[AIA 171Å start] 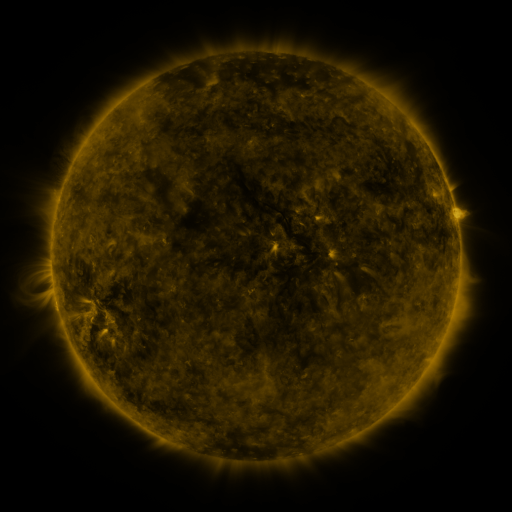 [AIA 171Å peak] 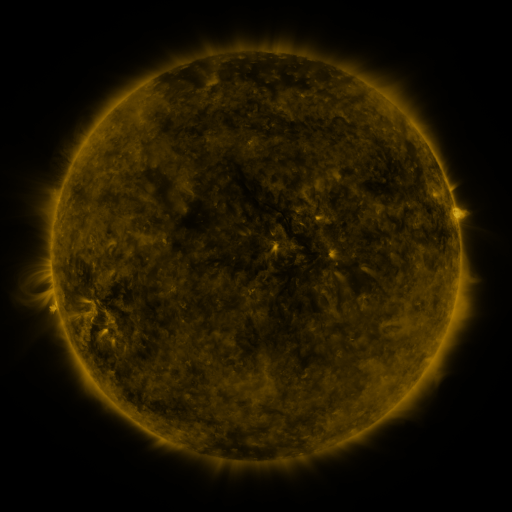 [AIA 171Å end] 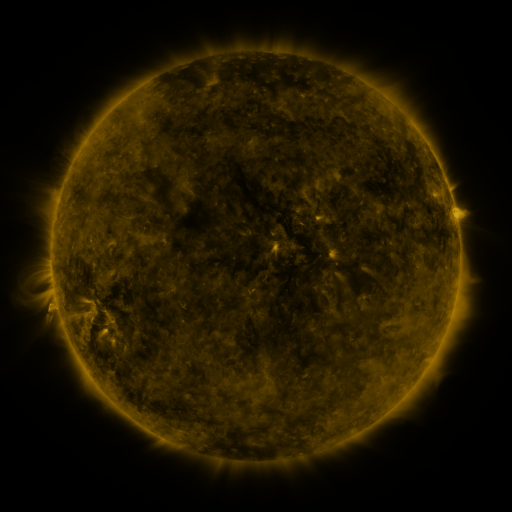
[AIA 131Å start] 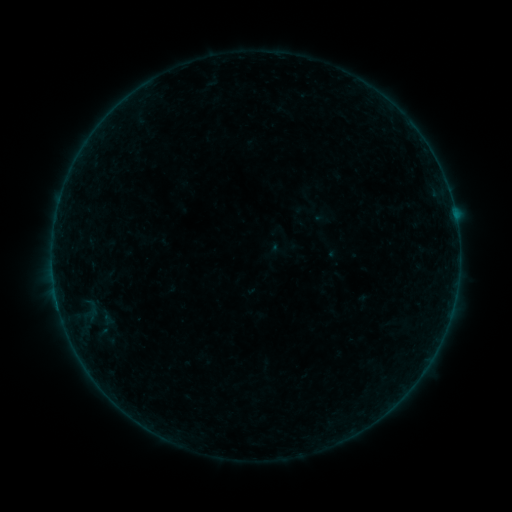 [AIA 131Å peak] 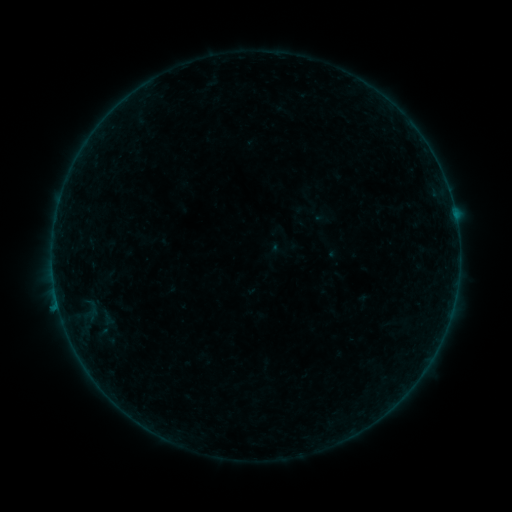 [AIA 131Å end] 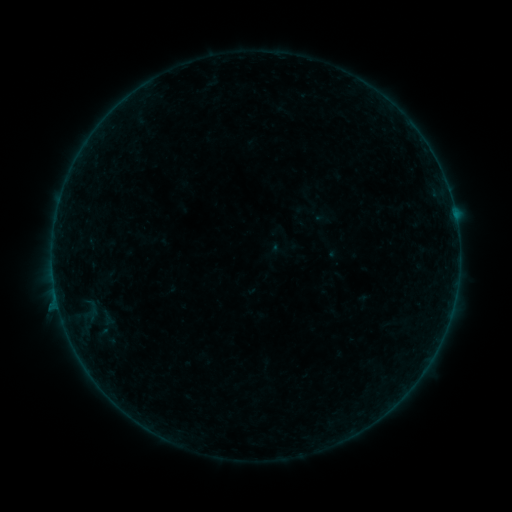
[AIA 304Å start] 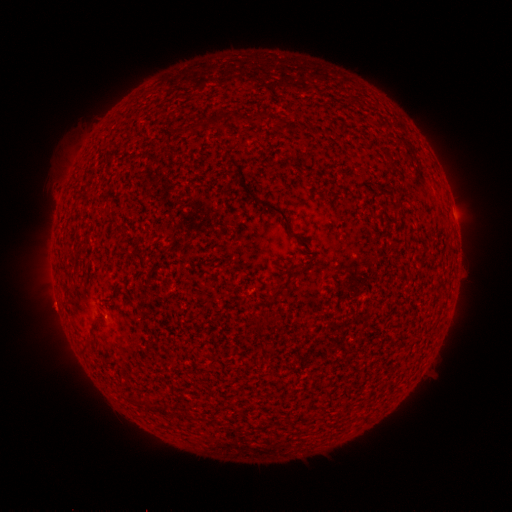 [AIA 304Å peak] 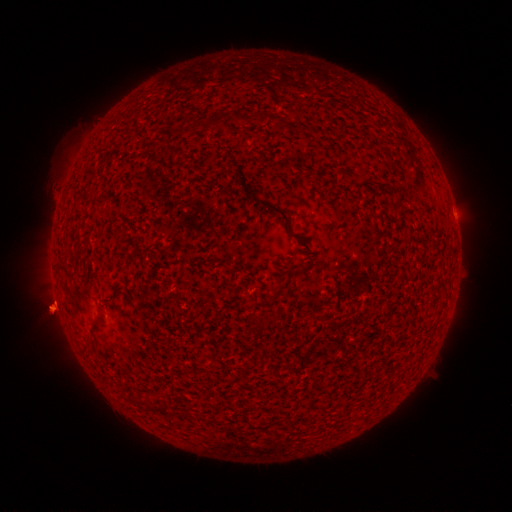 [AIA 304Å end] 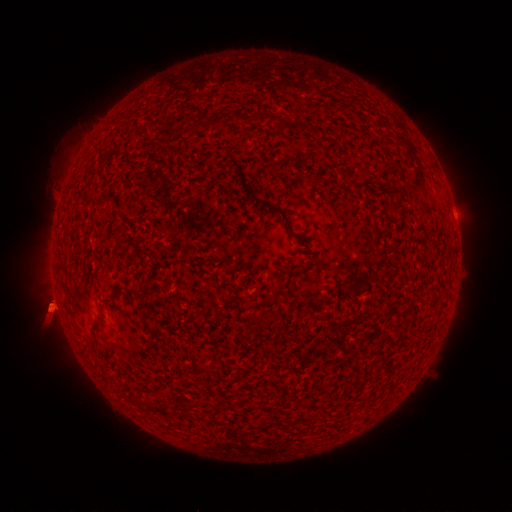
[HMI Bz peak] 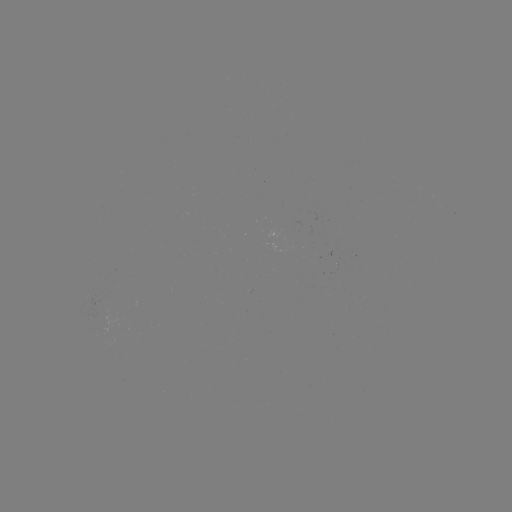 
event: eruption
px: (55, 308)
